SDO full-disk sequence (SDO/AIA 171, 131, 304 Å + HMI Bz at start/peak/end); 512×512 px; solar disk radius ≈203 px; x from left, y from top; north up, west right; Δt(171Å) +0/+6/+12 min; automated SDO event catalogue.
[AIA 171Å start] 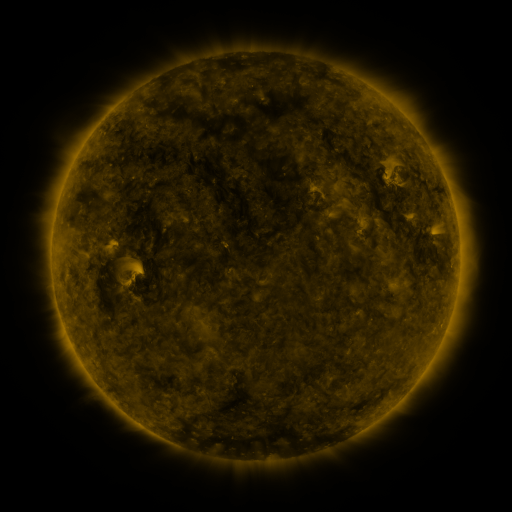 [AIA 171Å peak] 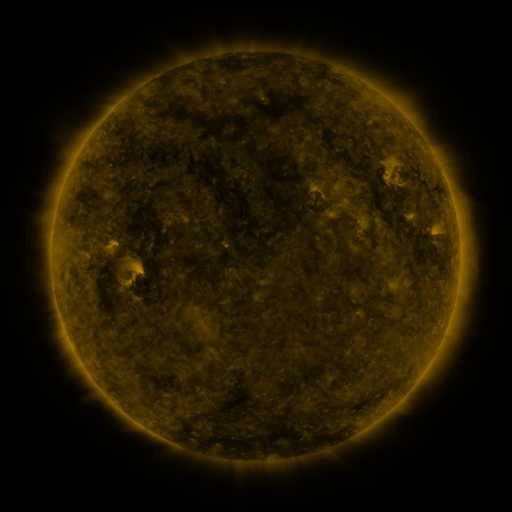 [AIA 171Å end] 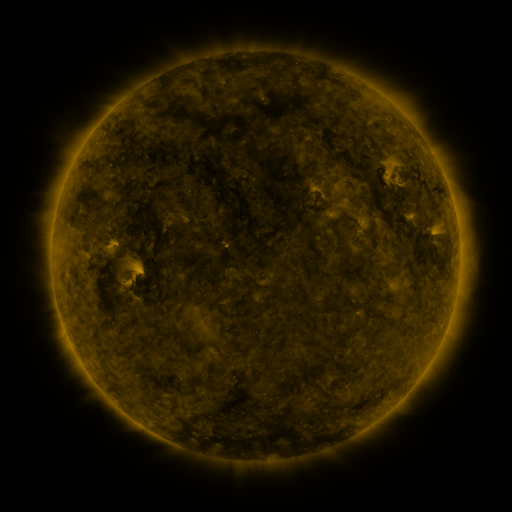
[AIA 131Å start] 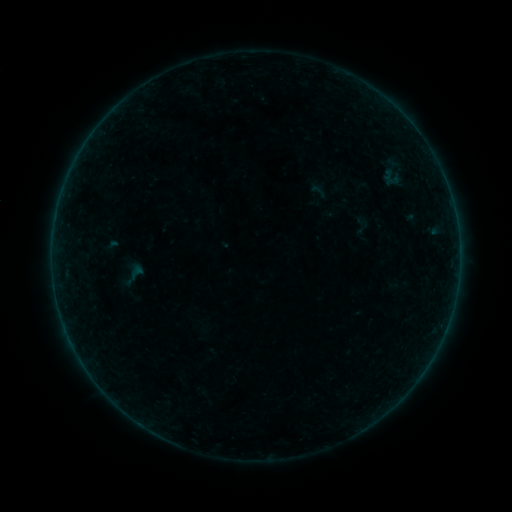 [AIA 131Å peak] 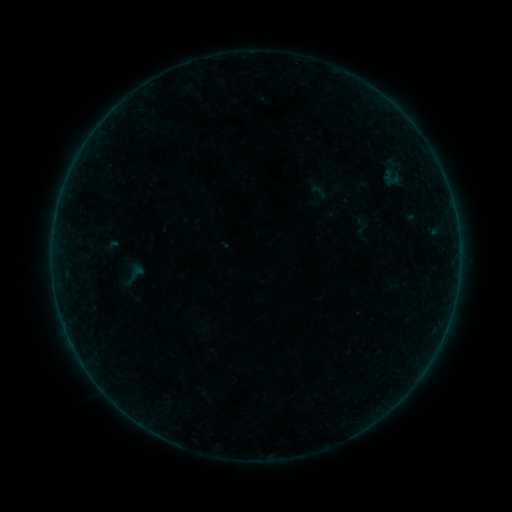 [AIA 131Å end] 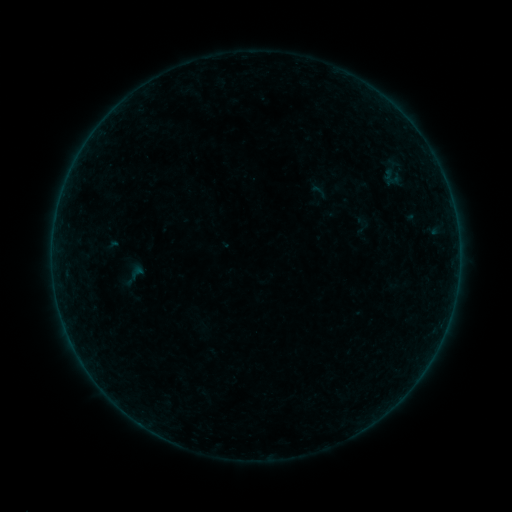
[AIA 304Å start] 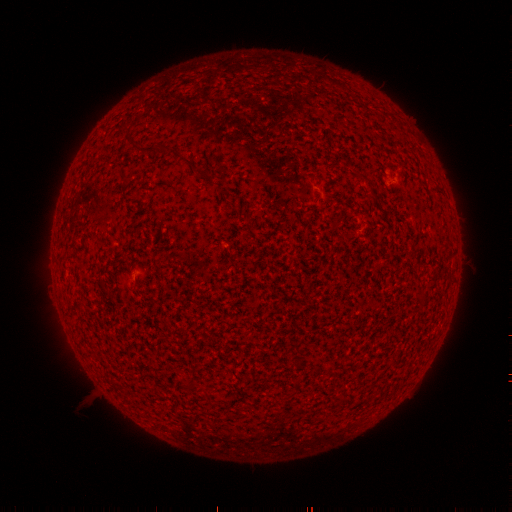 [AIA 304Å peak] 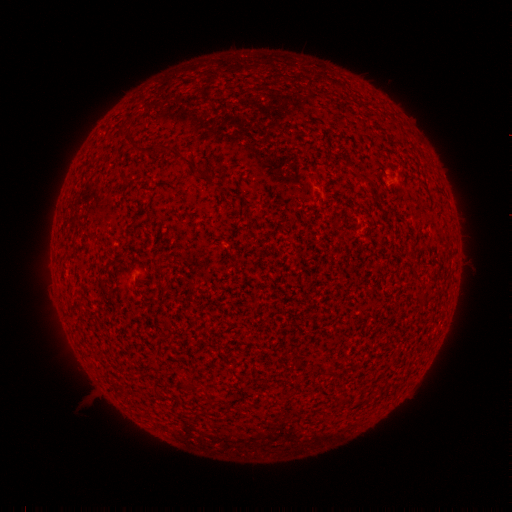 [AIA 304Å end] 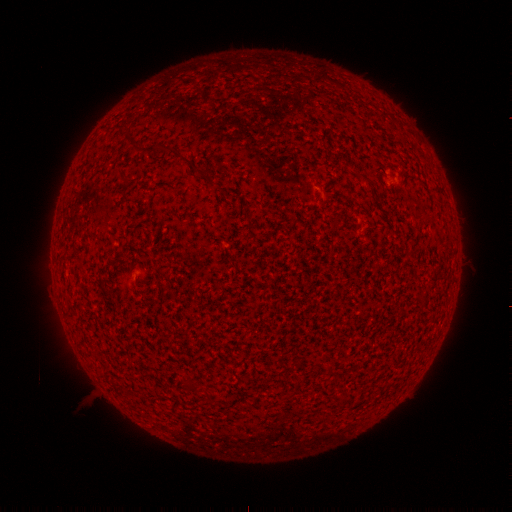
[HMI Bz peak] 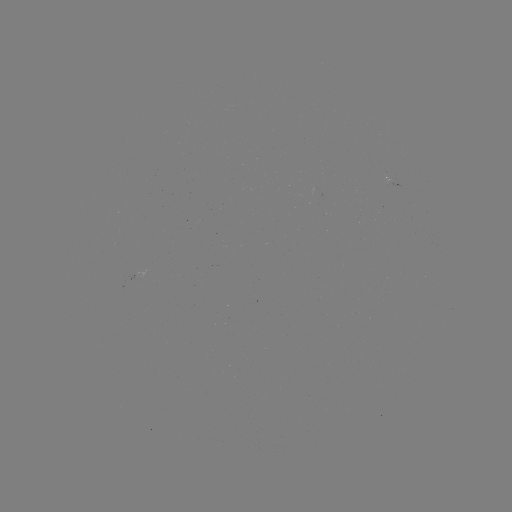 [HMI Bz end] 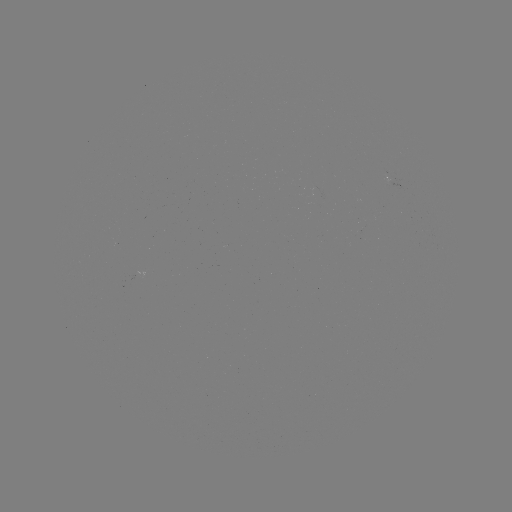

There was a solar flare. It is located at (453, 304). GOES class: A3.7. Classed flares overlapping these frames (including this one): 1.